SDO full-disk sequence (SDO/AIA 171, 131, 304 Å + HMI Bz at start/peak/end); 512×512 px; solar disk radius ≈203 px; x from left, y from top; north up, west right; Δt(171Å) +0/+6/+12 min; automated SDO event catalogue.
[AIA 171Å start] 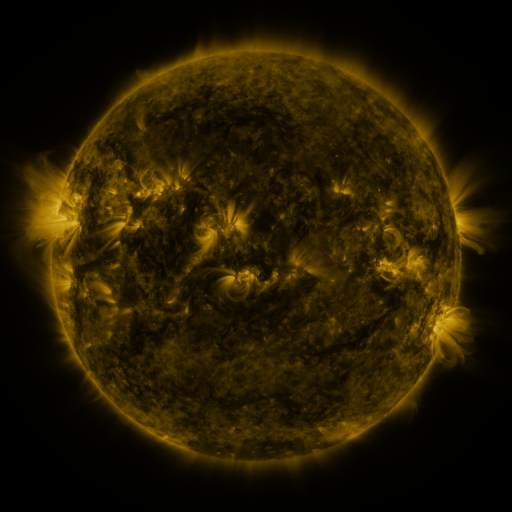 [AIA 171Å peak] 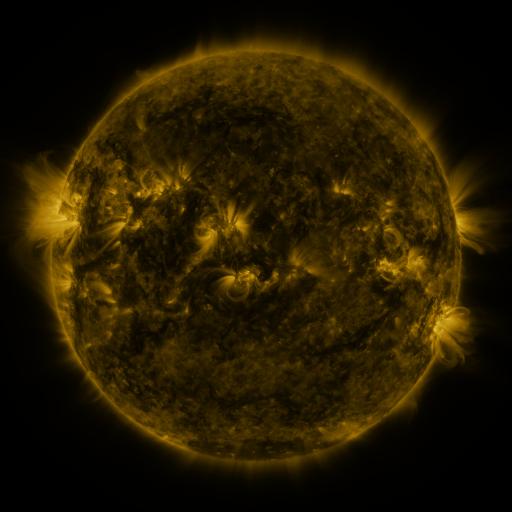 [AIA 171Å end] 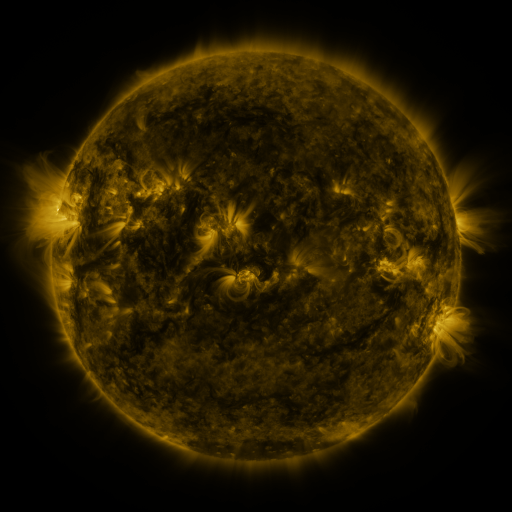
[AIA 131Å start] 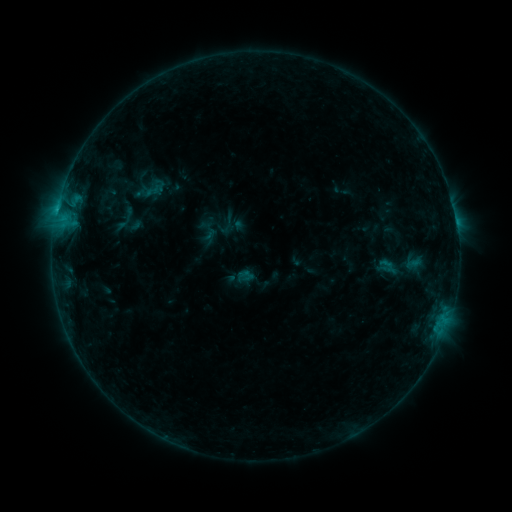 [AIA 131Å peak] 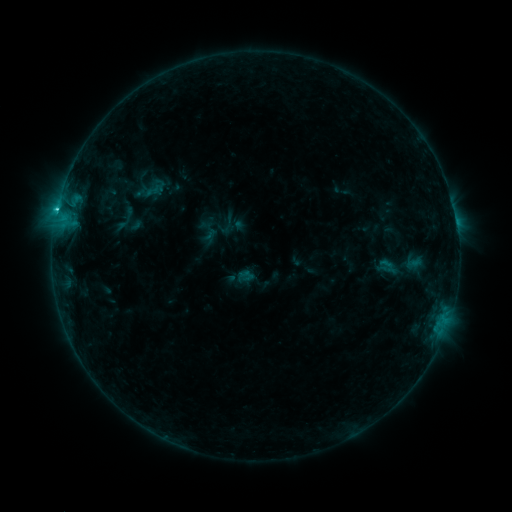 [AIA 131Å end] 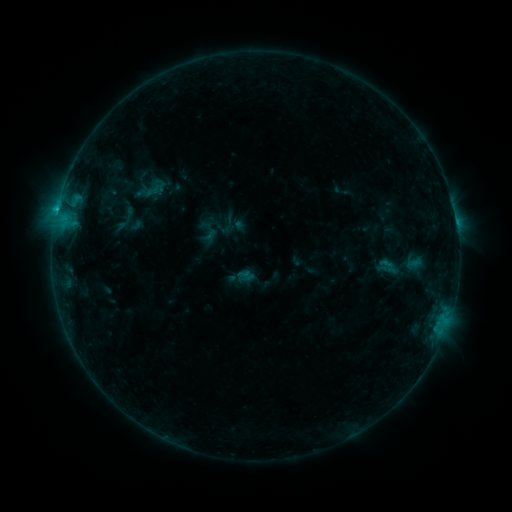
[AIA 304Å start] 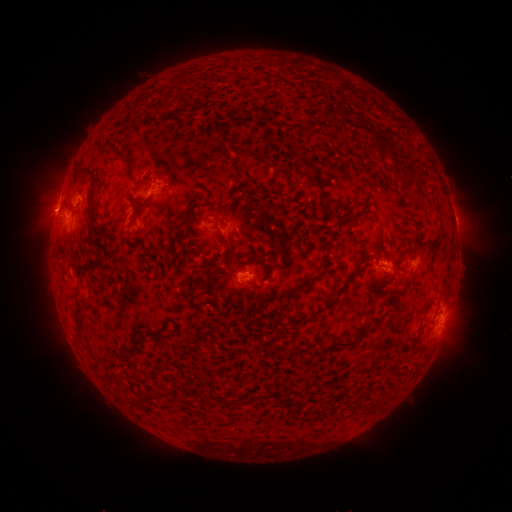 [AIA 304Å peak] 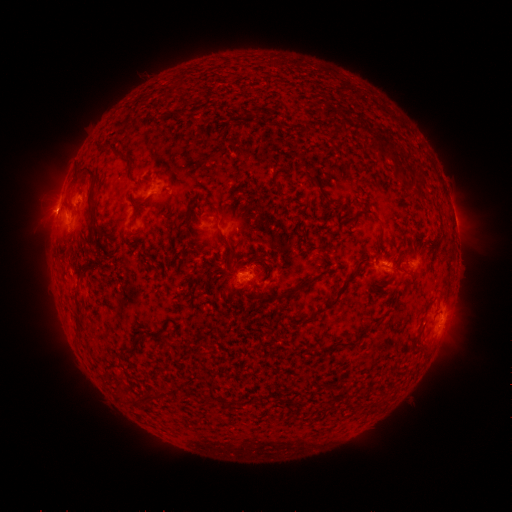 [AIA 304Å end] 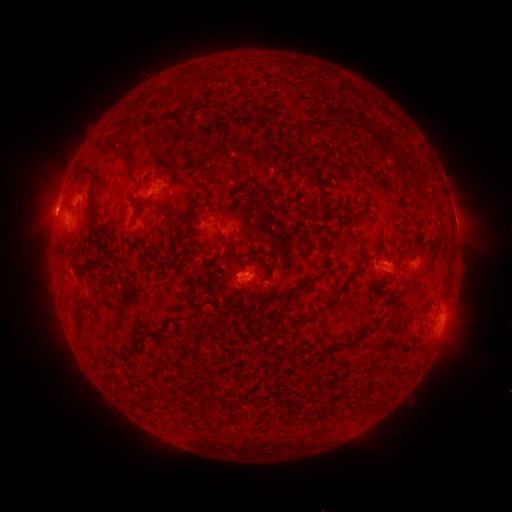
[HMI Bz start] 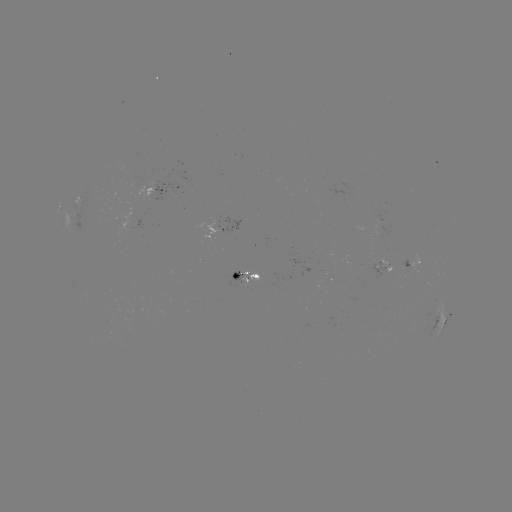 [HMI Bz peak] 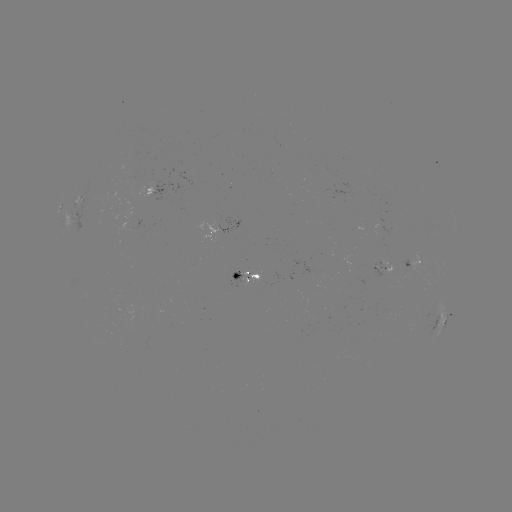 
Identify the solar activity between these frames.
C1.1 flare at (58, 209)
